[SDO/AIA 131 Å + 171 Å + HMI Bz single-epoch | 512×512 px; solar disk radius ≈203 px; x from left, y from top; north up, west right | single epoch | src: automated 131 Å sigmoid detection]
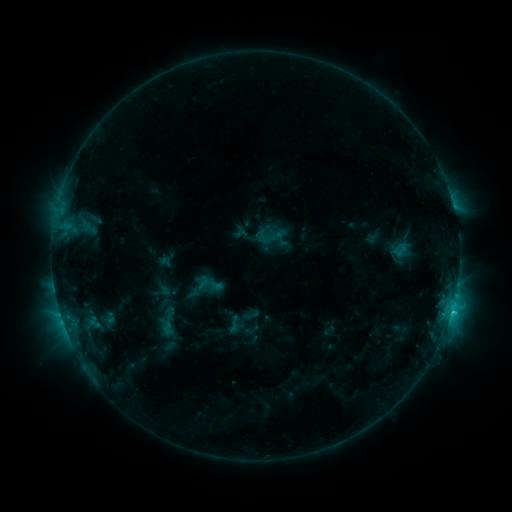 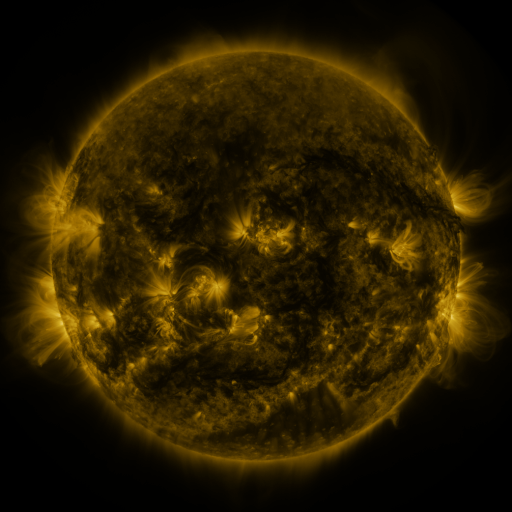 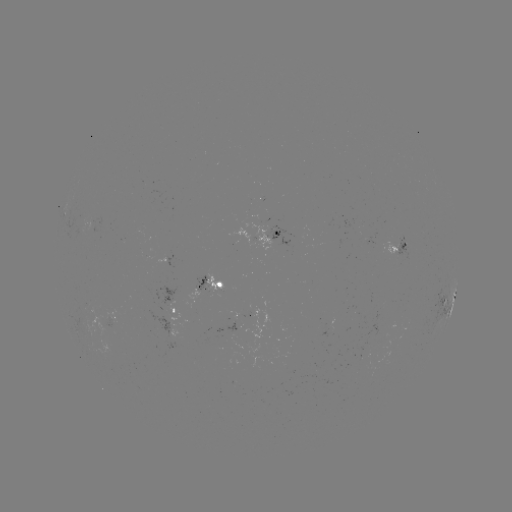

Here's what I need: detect sigmoid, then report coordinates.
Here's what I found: sigmoid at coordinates (167, 327).